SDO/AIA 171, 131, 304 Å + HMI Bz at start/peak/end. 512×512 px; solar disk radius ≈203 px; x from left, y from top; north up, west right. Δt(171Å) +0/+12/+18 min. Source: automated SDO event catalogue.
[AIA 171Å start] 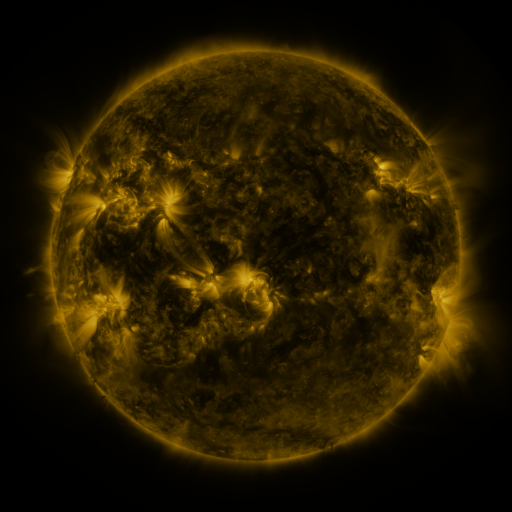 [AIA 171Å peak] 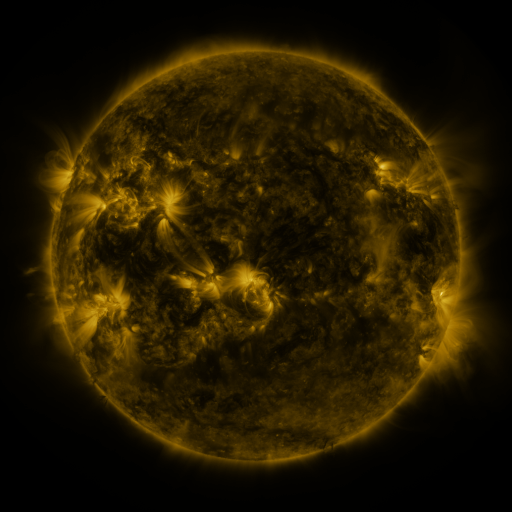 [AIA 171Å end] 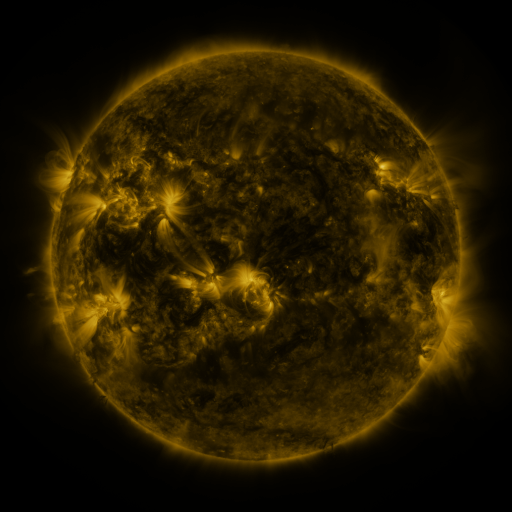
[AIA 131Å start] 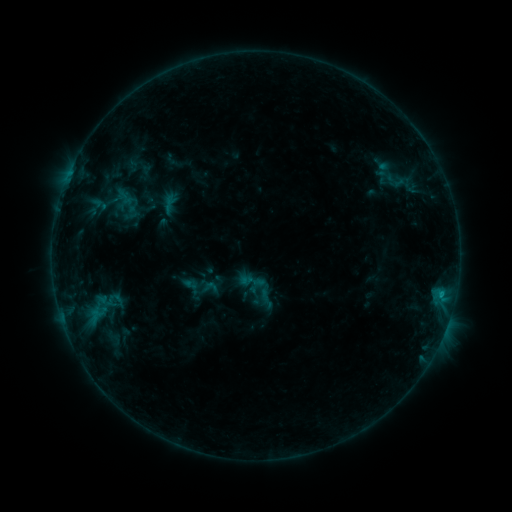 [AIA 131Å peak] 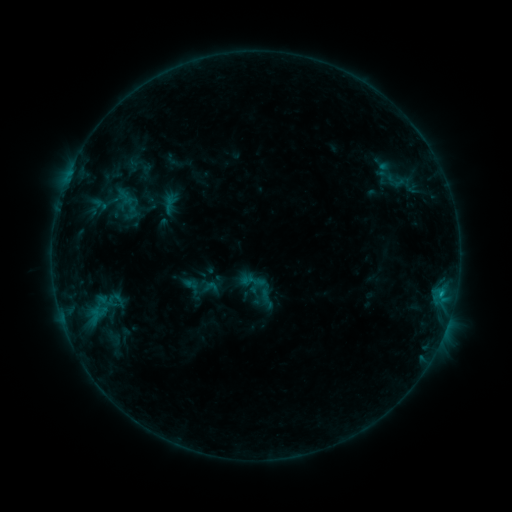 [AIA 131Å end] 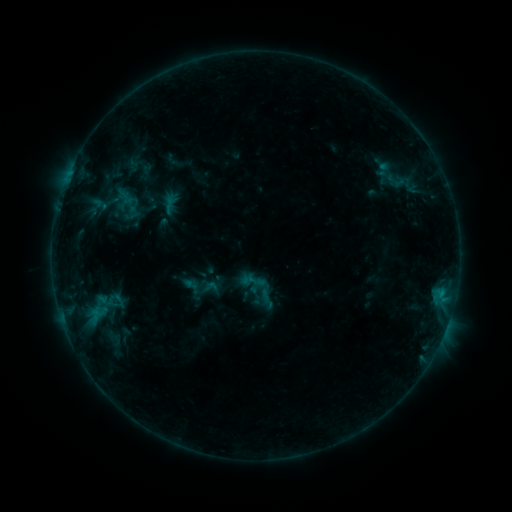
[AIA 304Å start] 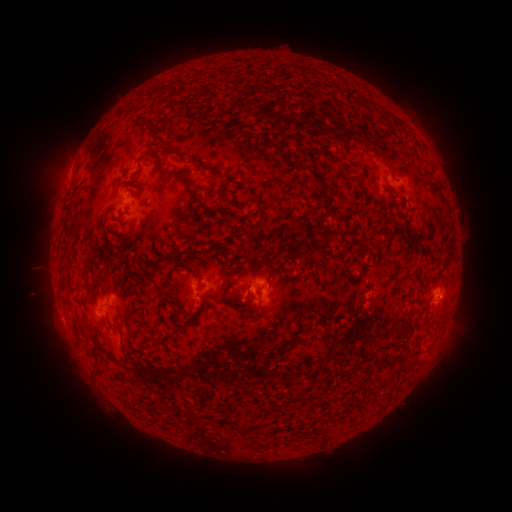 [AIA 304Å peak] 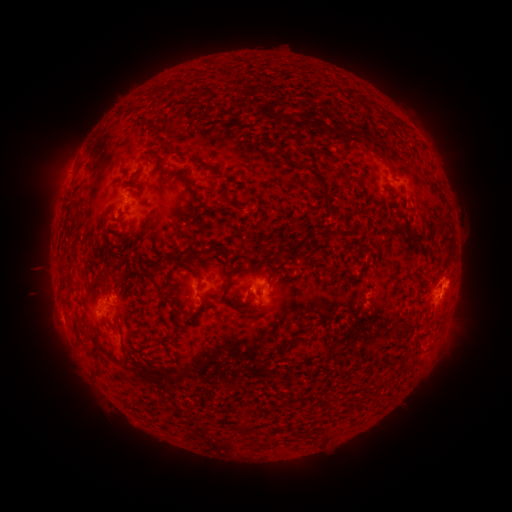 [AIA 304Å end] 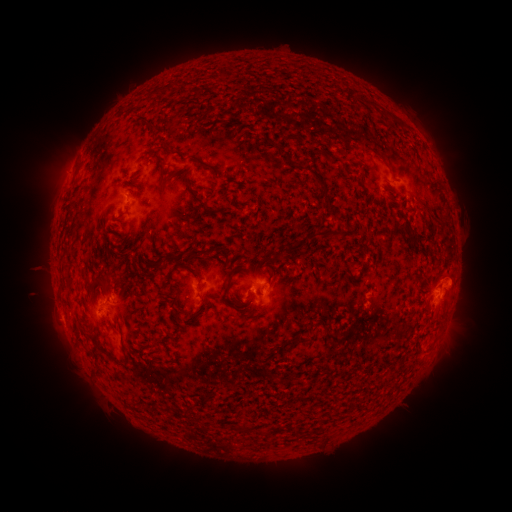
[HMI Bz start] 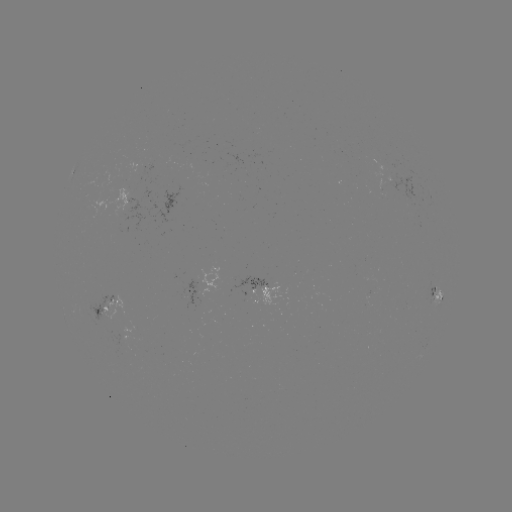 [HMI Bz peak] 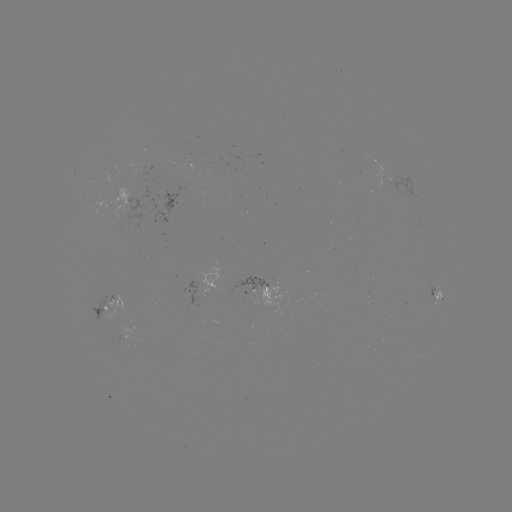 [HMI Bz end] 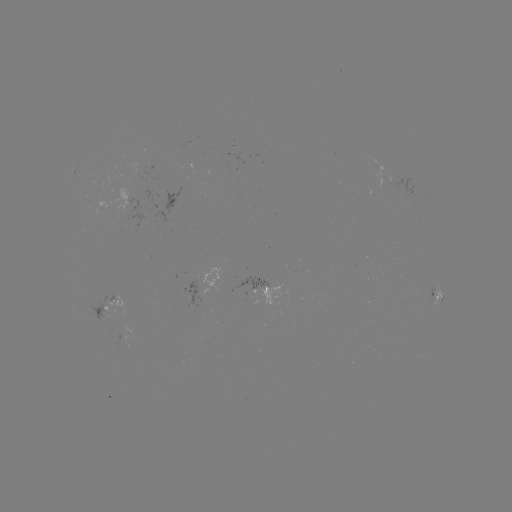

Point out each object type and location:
eruption: (462, 284)
